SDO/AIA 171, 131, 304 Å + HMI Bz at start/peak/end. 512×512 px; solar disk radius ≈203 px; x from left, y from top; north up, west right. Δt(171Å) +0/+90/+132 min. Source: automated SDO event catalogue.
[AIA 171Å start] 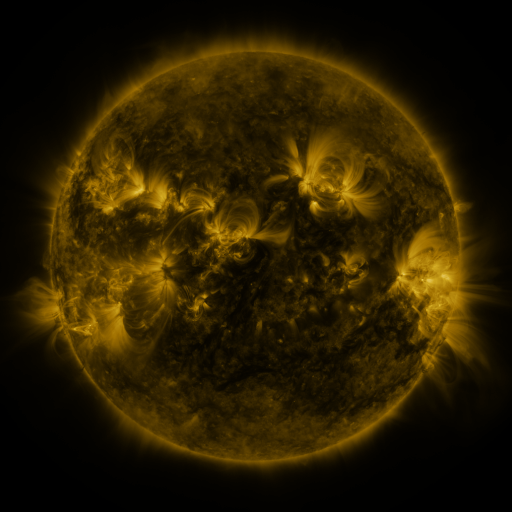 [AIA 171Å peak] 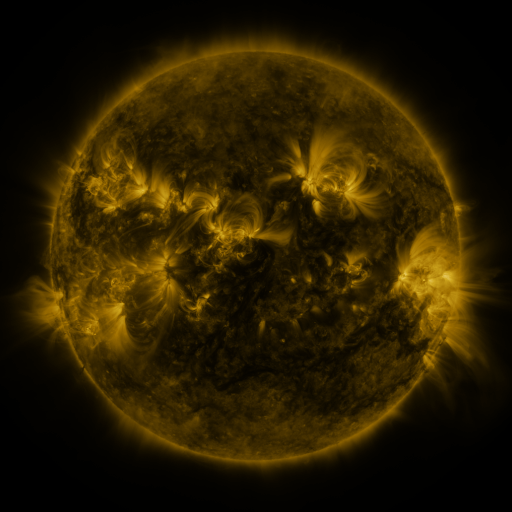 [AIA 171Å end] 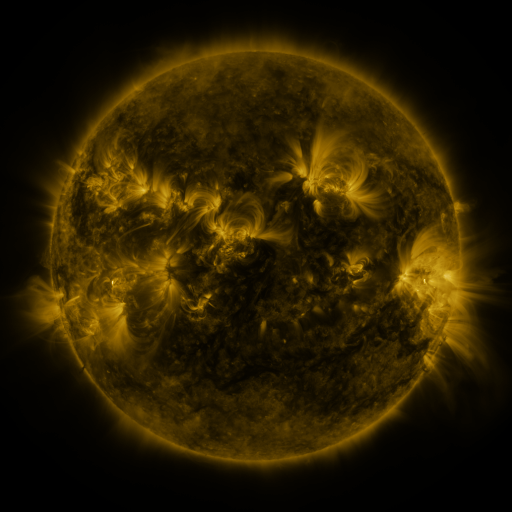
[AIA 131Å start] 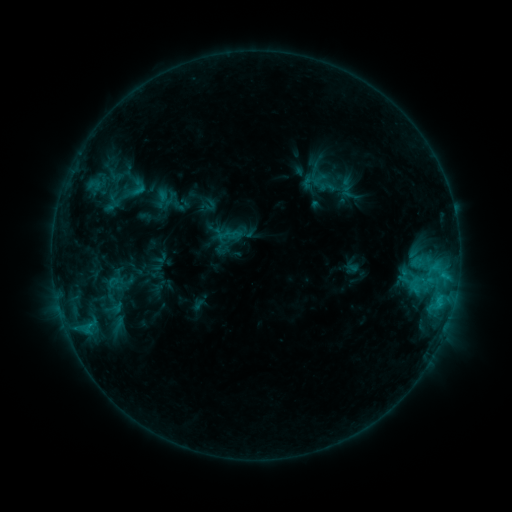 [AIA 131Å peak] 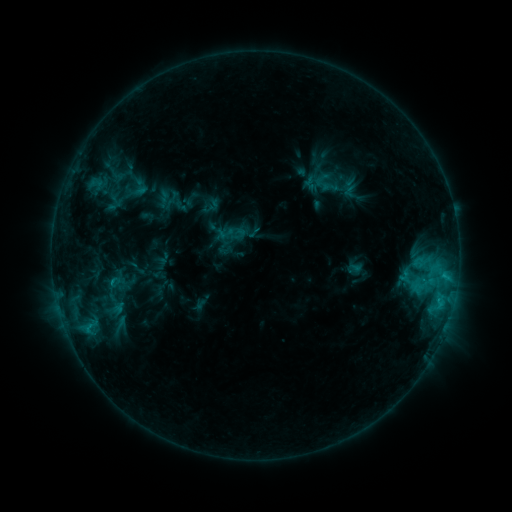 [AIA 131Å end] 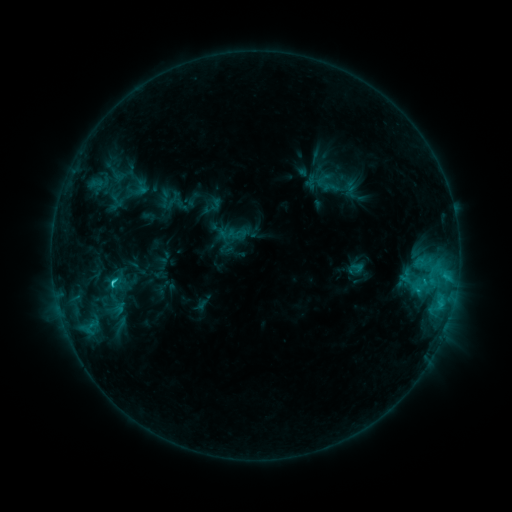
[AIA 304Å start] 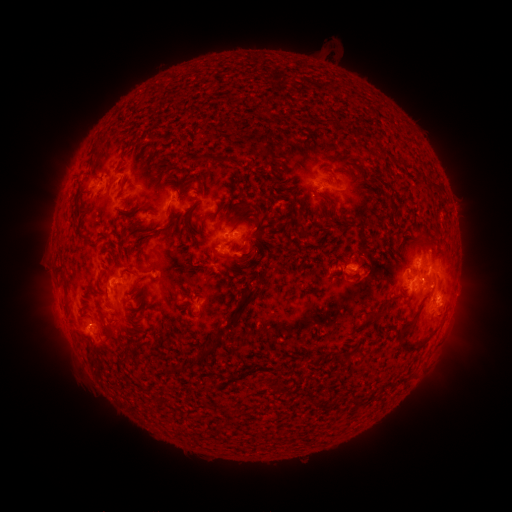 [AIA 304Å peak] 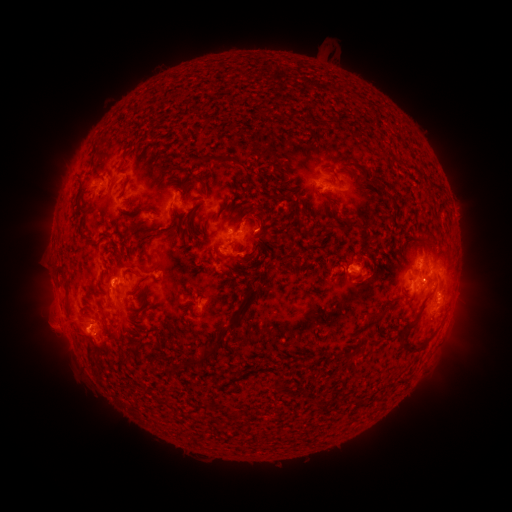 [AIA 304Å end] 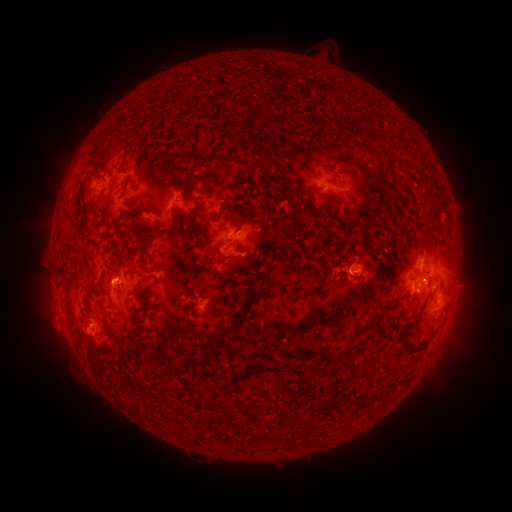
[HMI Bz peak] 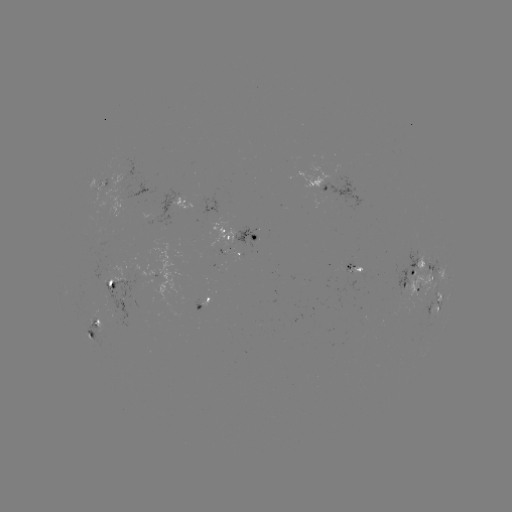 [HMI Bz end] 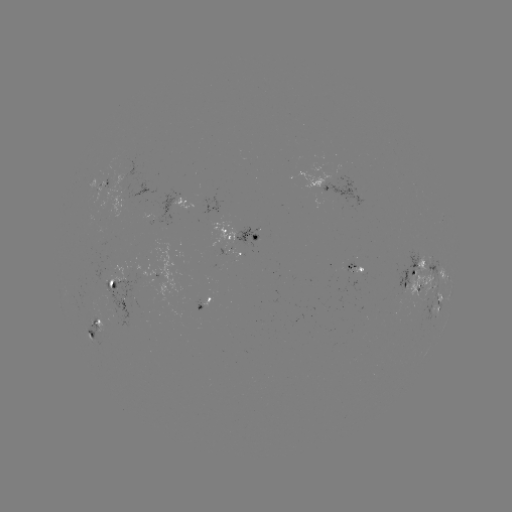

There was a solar emerging-flux region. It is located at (106, 180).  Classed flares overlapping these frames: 3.